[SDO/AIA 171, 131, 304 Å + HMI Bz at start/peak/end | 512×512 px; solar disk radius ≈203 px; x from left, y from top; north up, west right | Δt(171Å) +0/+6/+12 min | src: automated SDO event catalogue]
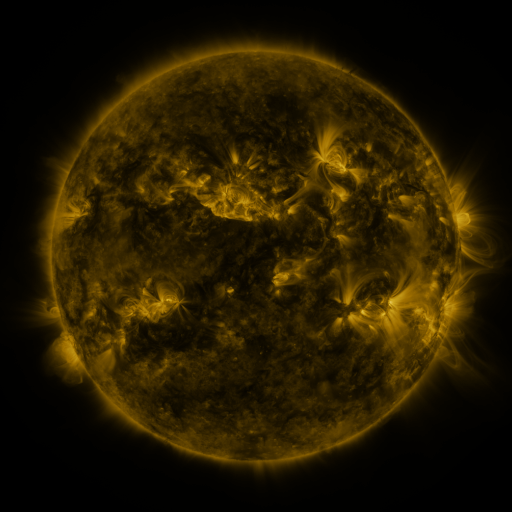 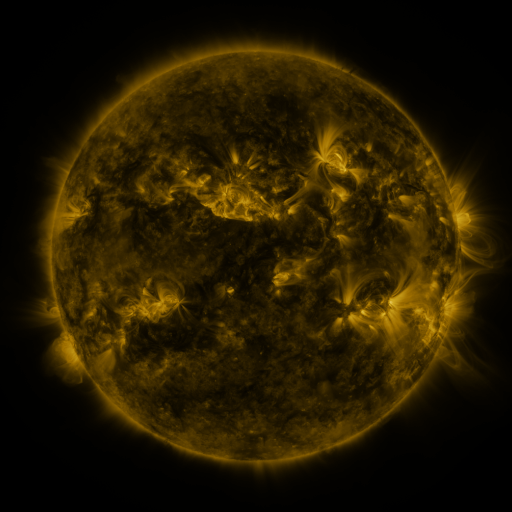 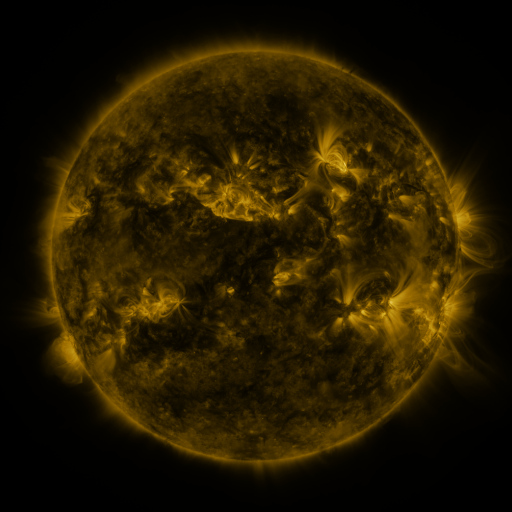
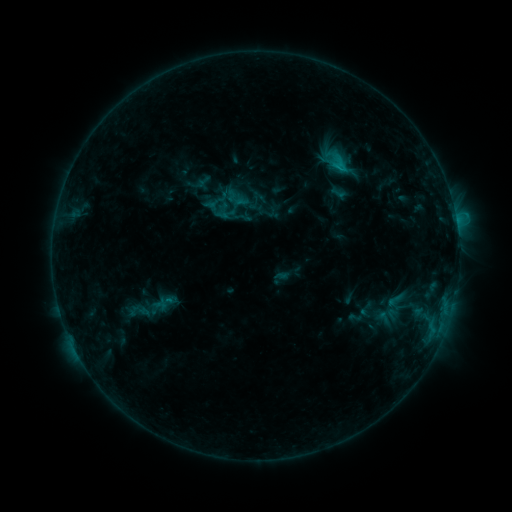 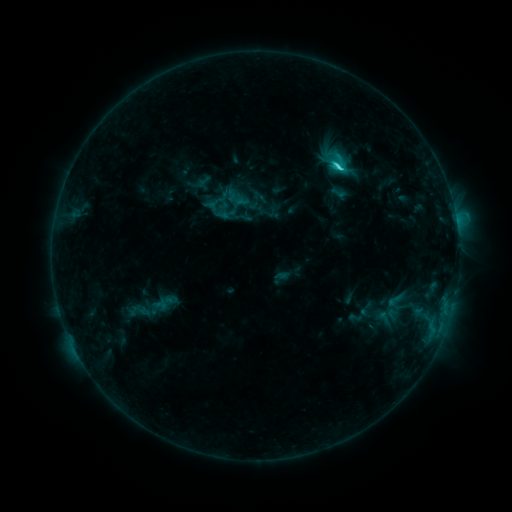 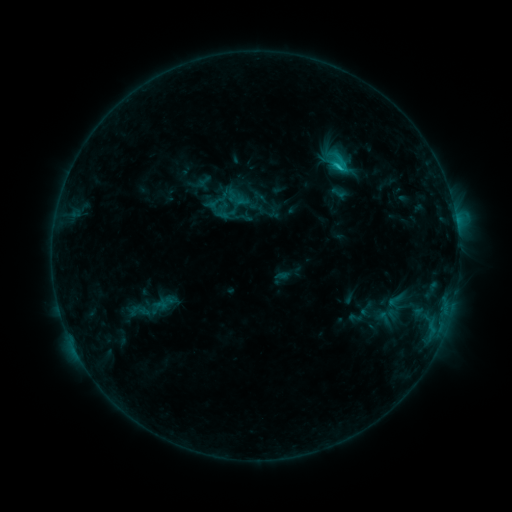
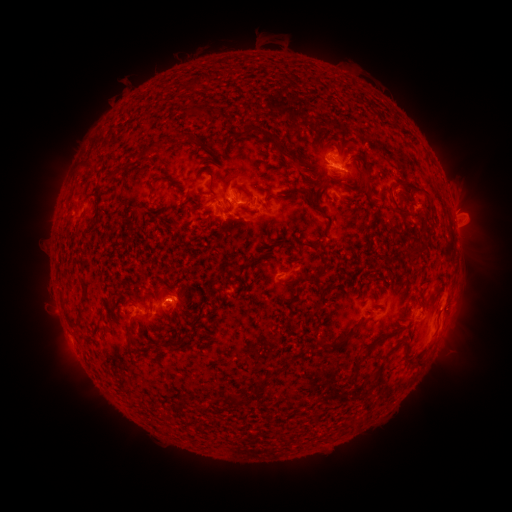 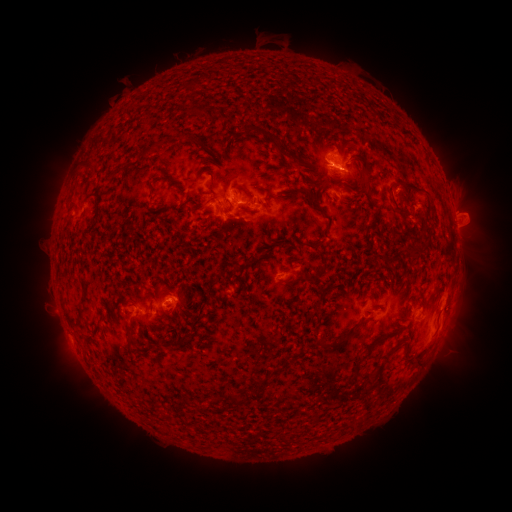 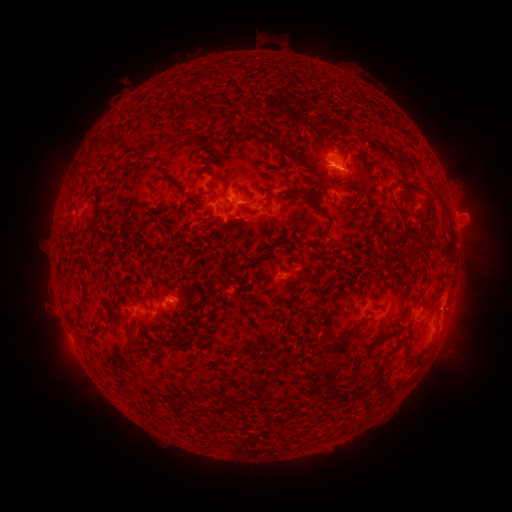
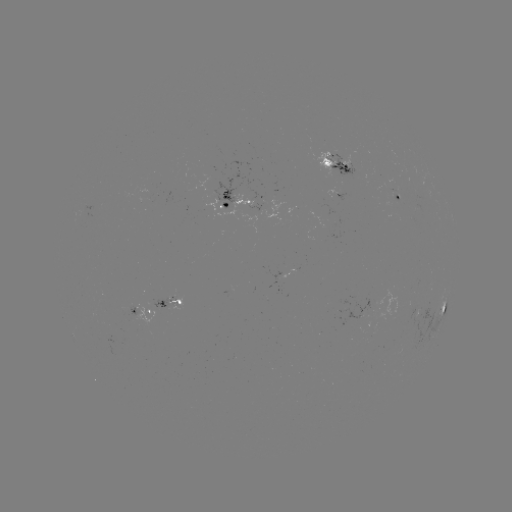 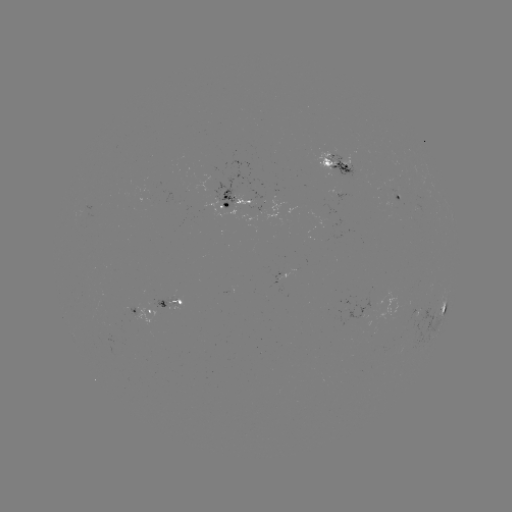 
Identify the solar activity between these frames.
C2.2 flare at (339, 169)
